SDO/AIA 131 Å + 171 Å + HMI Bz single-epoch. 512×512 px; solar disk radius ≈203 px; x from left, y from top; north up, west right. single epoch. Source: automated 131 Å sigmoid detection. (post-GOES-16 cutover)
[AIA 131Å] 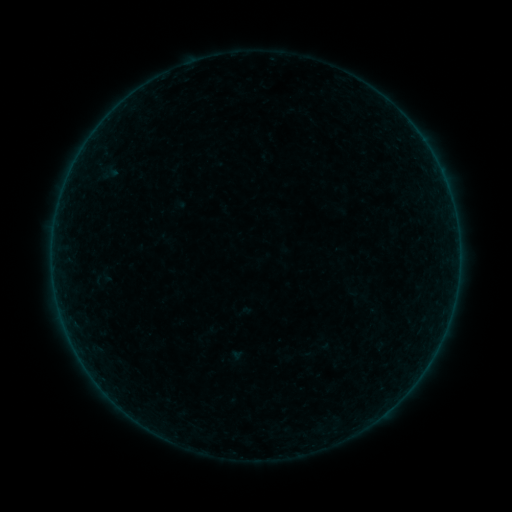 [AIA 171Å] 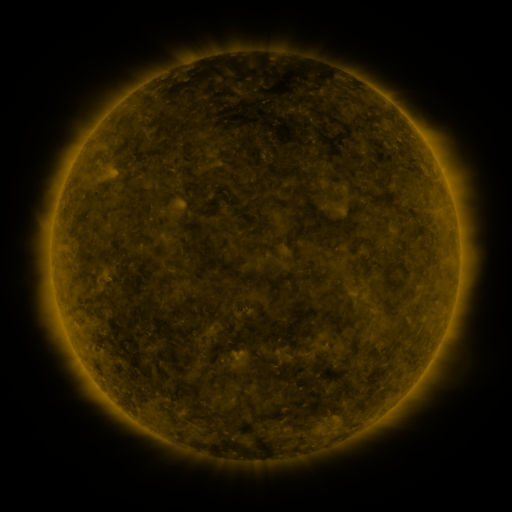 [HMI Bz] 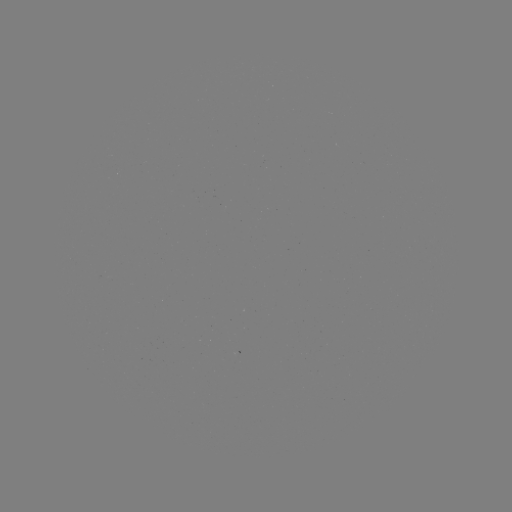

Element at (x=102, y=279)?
sigmoid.